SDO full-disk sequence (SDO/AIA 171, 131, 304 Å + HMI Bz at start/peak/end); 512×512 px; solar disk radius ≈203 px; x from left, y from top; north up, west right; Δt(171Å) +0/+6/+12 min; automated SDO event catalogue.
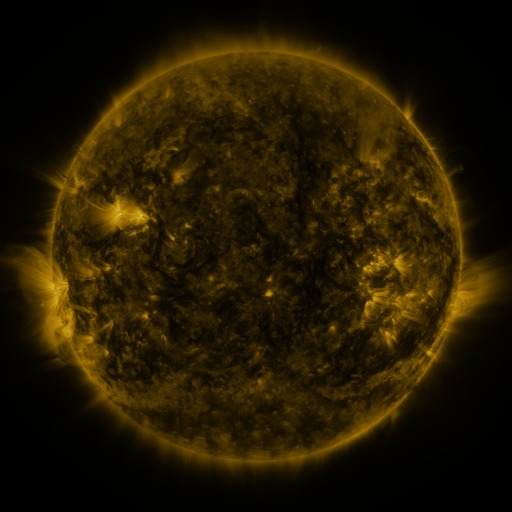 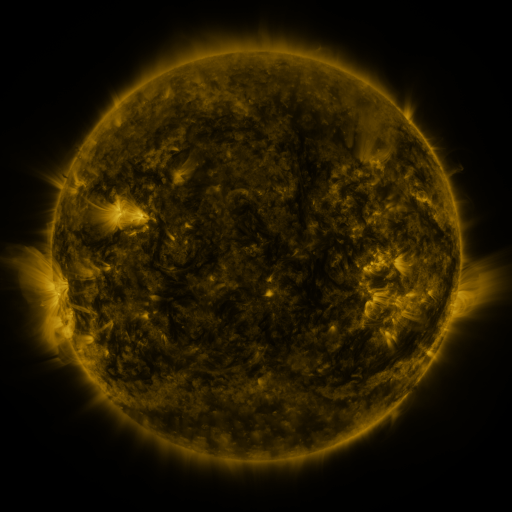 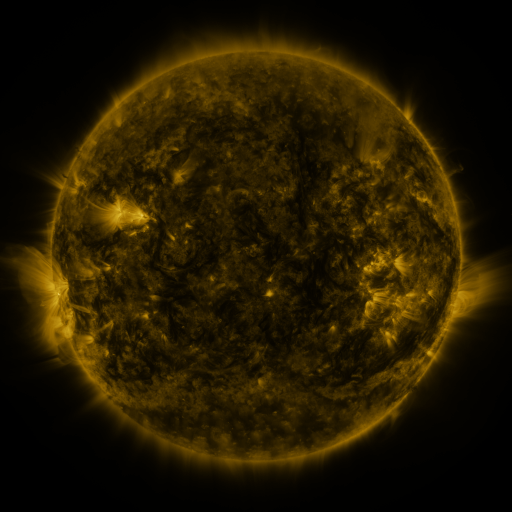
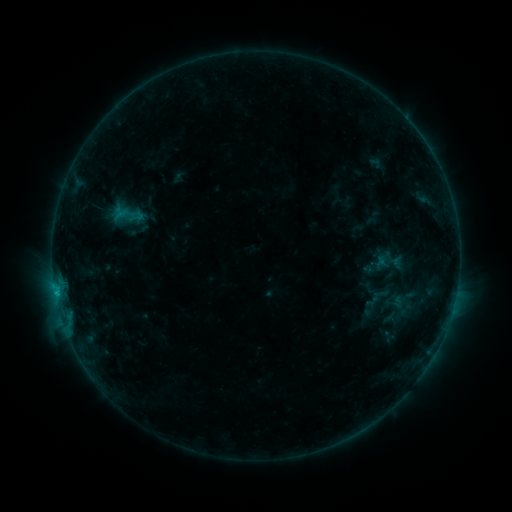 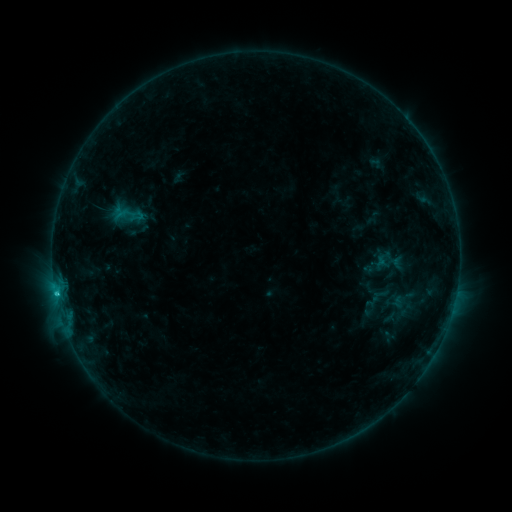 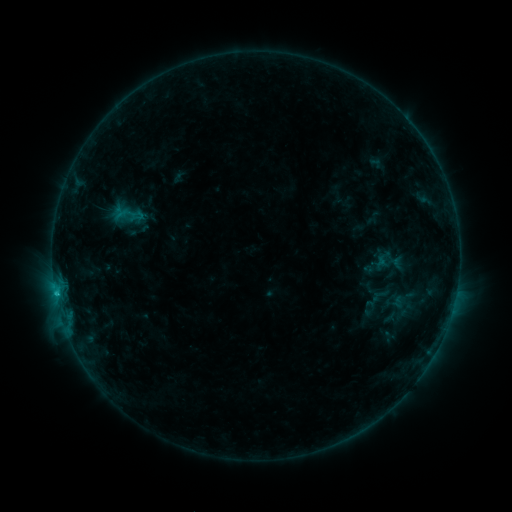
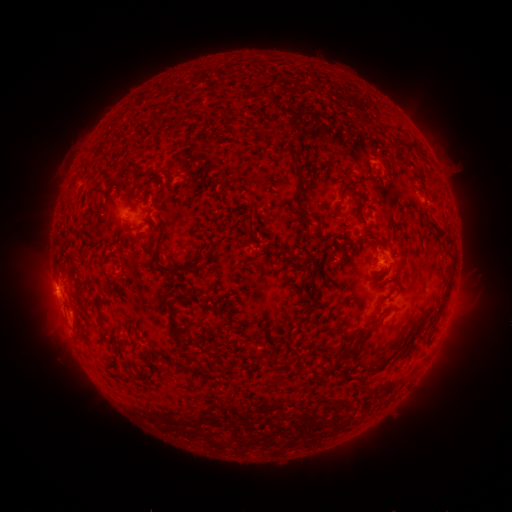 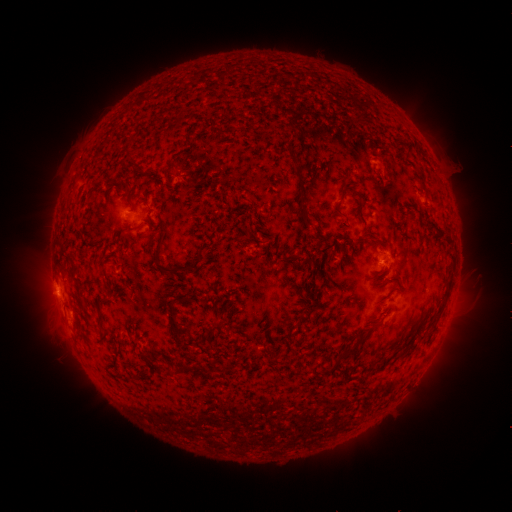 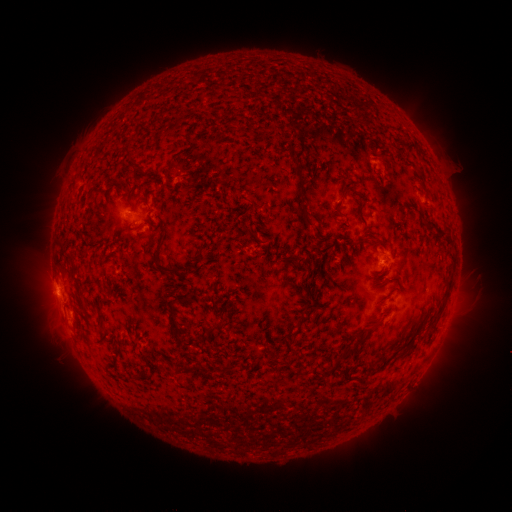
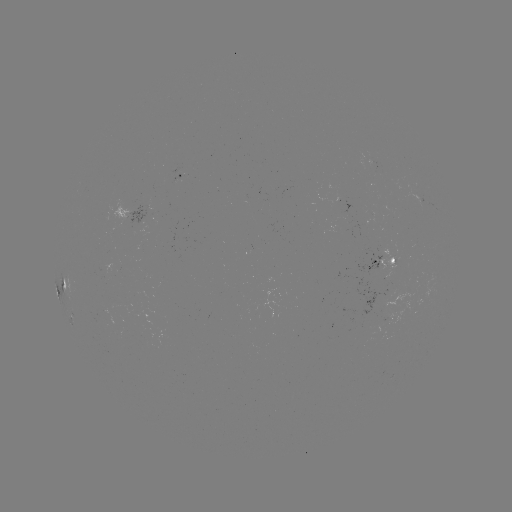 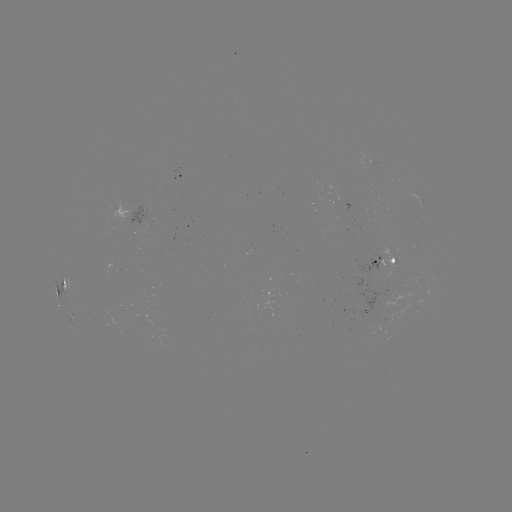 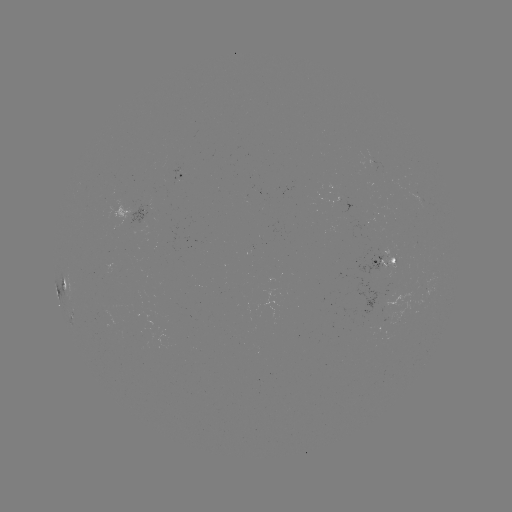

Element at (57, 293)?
B9.7 flare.